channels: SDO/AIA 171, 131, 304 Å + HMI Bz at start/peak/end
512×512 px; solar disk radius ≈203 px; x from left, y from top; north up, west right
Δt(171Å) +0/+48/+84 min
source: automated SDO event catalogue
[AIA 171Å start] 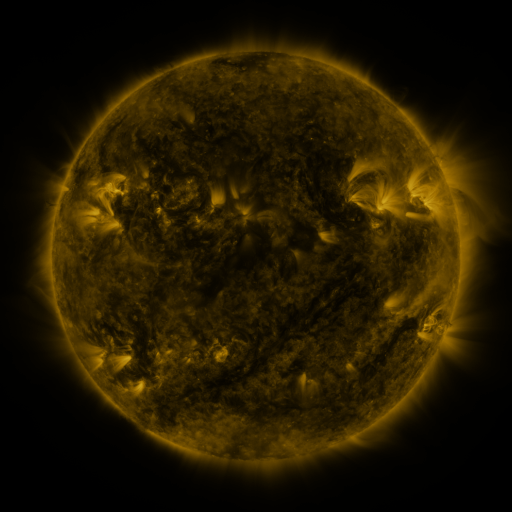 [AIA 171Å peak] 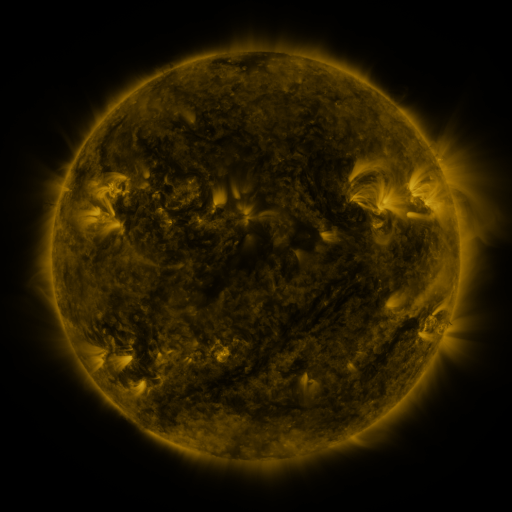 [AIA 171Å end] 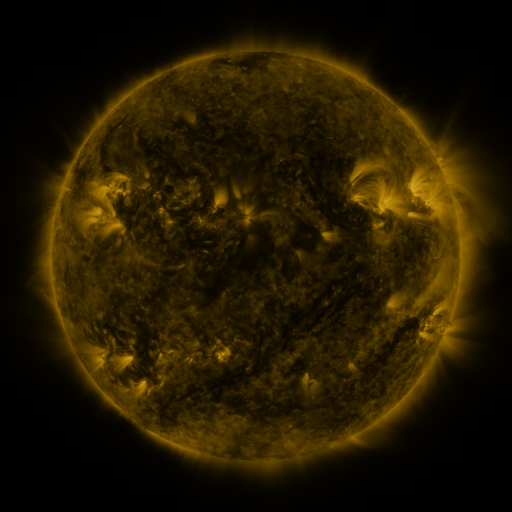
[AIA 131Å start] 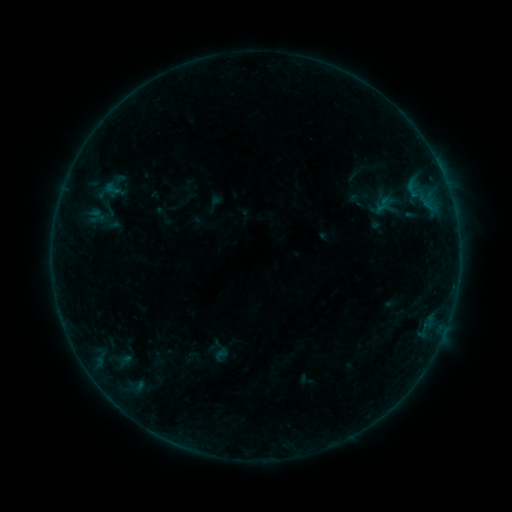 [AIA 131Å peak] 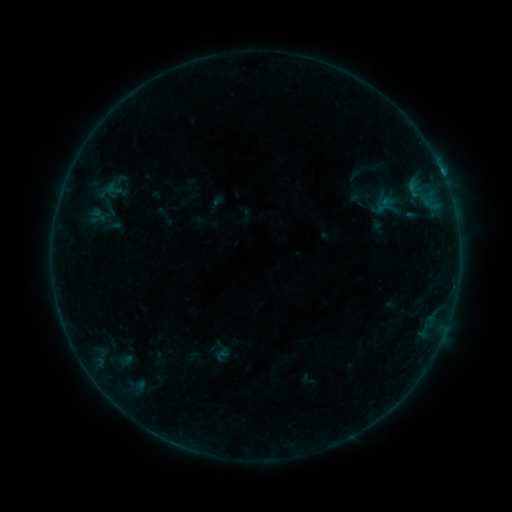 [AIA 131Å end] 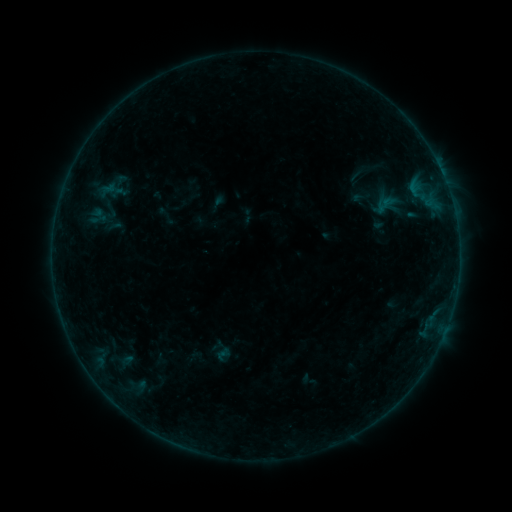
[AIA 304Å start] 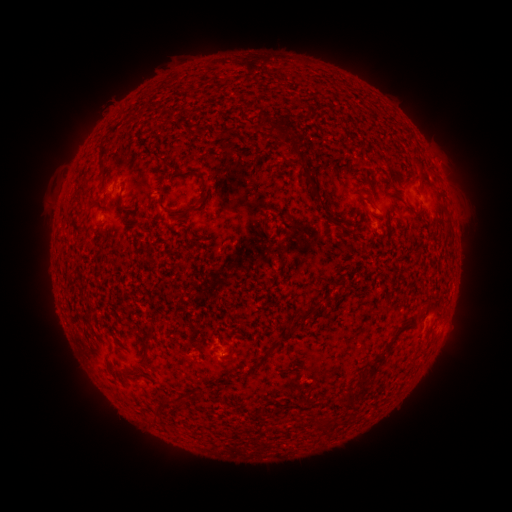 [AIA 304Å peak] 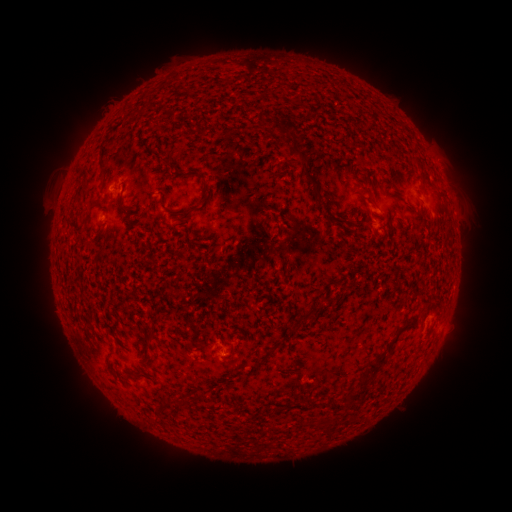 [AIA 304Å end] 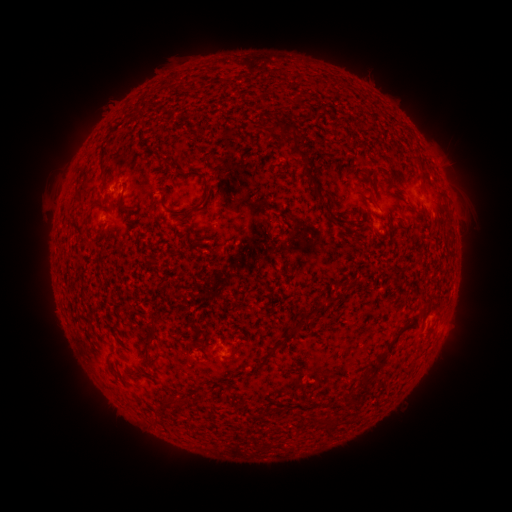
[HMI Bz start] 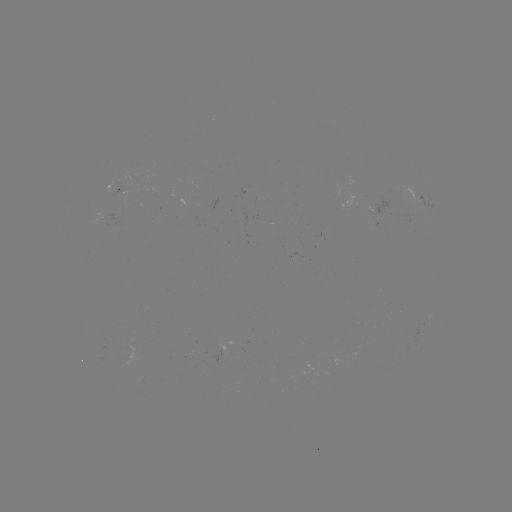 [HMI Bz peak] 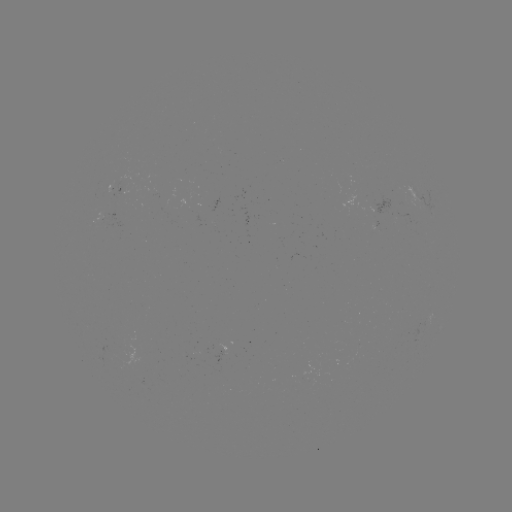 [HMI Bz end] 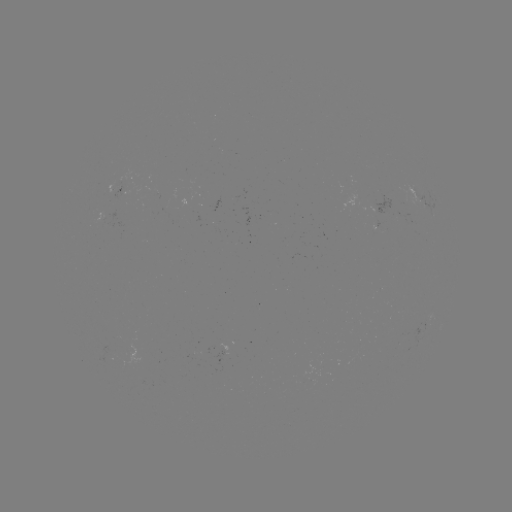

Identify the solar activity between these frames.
B3.7 flare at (442, 178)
